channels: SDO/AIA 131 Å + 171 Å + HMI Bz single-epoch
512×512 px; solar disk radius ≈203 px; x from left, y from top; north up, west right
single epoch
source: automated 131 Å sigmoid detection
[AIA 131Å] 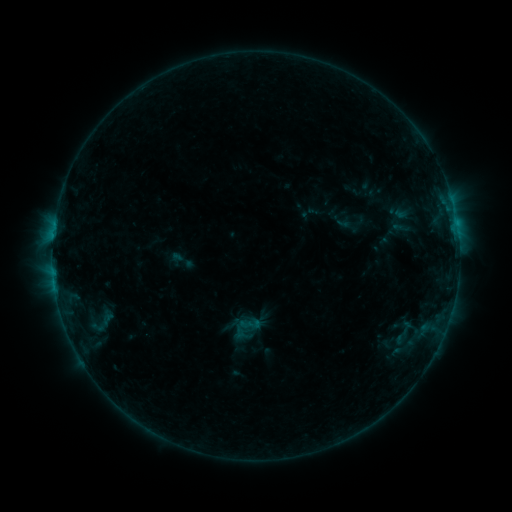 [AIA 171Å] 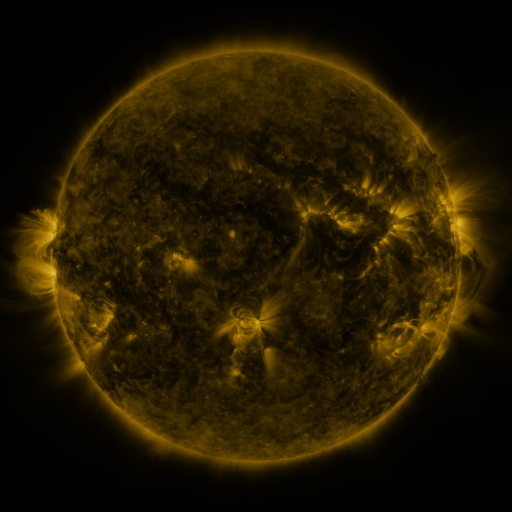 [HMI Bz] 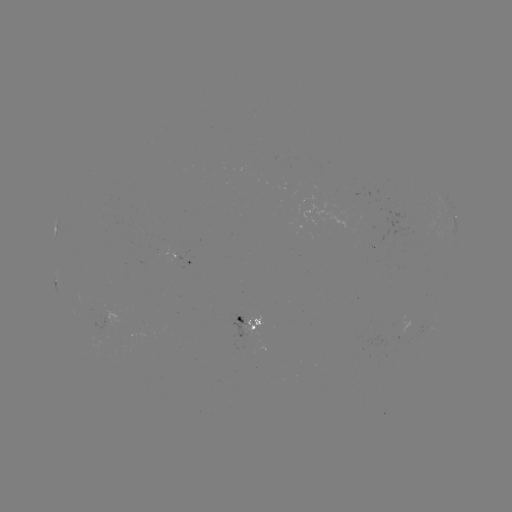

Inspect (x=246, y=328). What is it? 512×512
sigmoid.